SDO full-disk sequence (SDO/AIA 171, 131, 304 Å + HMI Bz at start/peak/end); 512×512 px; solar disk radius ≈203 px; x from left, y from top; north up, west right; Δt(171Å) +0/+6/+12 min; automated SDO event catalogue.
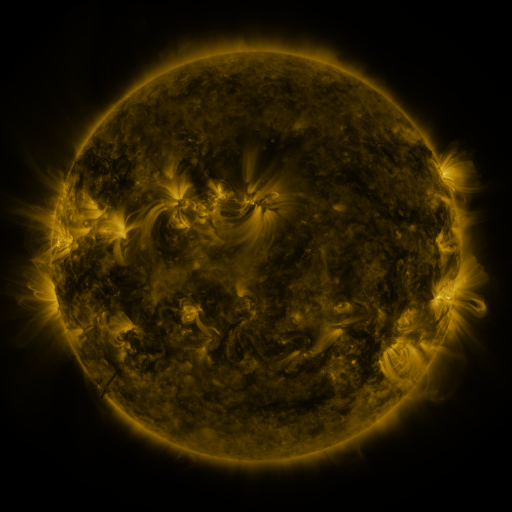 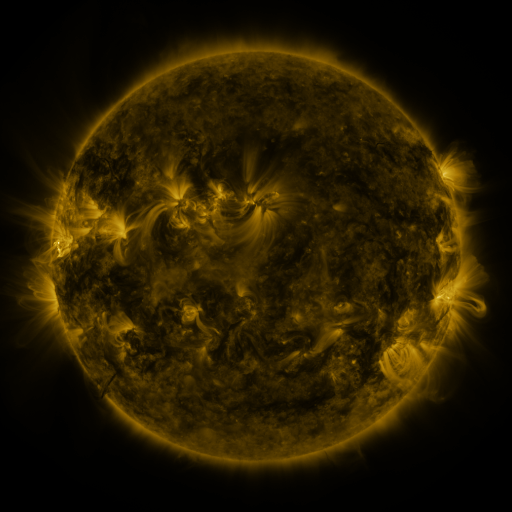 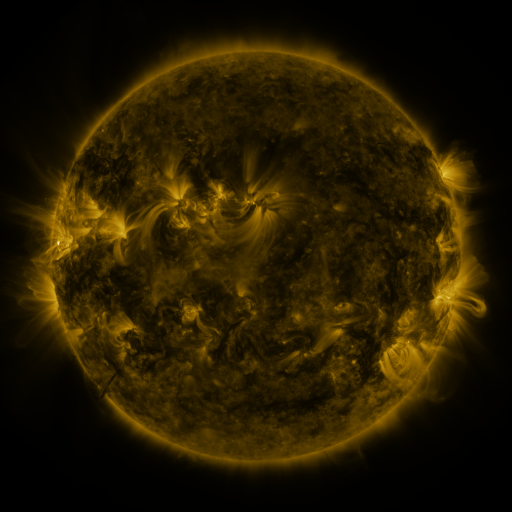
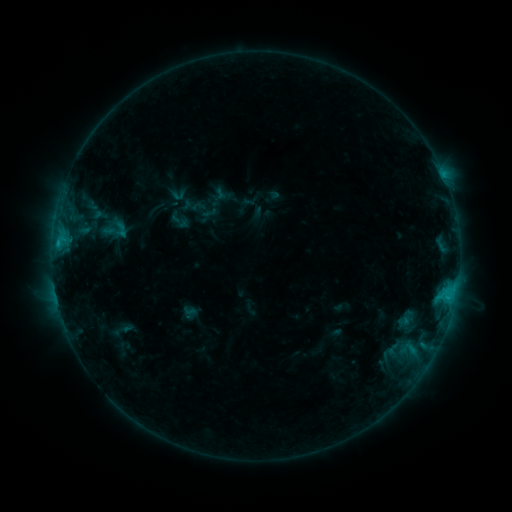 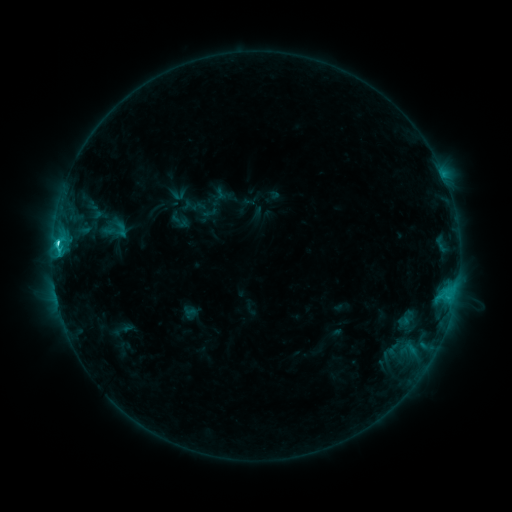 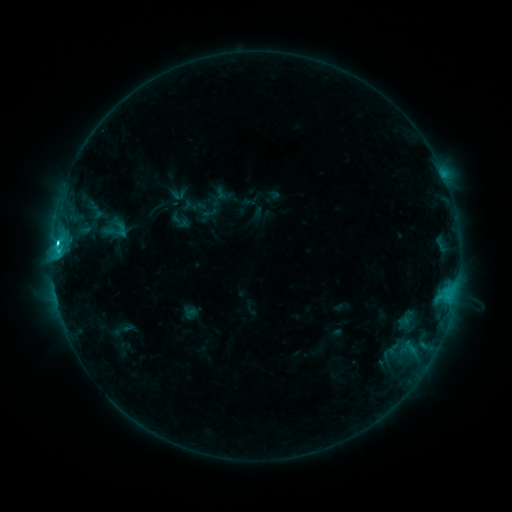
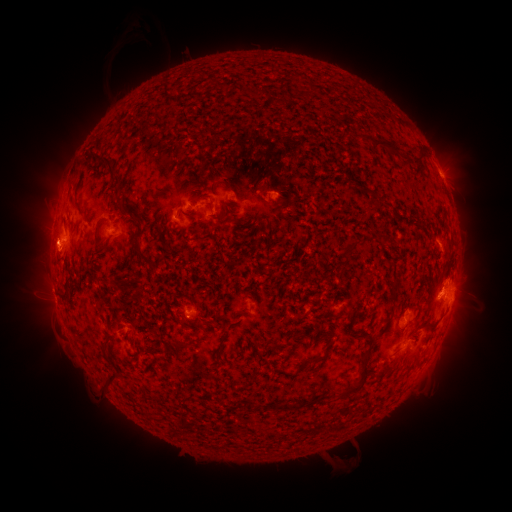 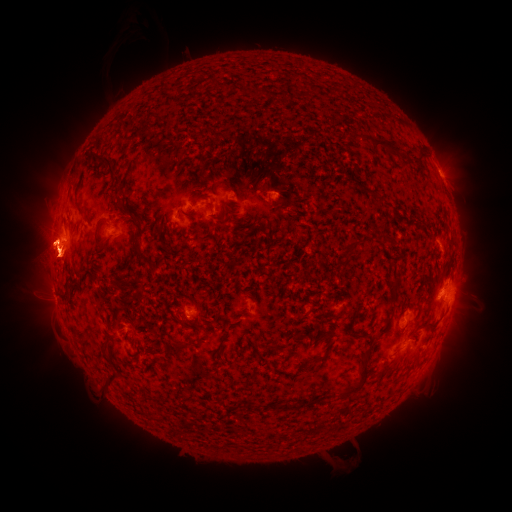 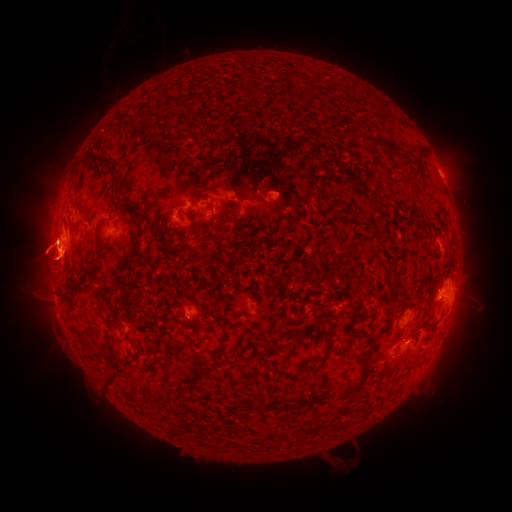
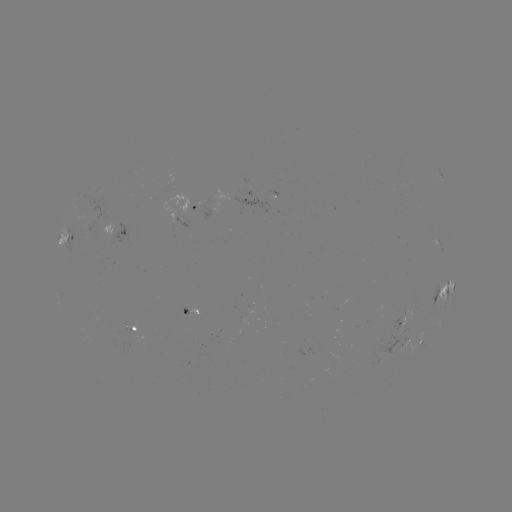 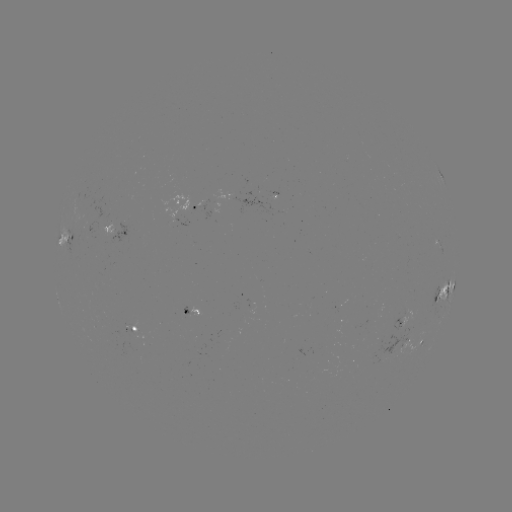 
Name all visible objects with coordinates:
C5.3 flare: (57, 246)
